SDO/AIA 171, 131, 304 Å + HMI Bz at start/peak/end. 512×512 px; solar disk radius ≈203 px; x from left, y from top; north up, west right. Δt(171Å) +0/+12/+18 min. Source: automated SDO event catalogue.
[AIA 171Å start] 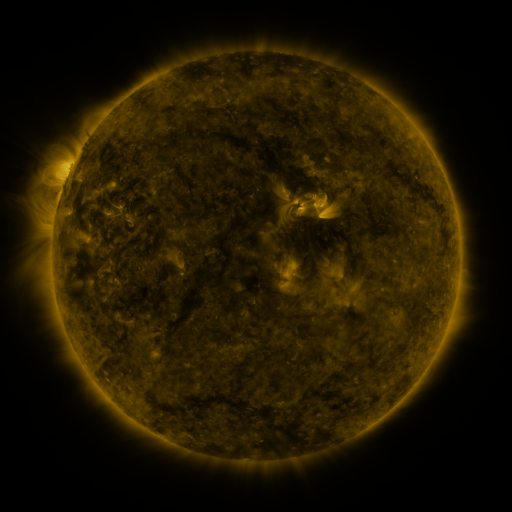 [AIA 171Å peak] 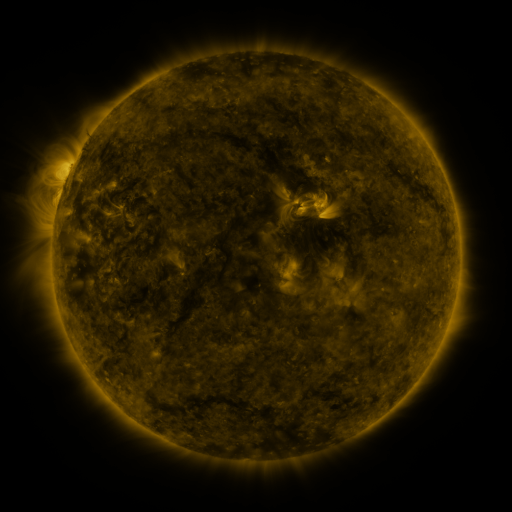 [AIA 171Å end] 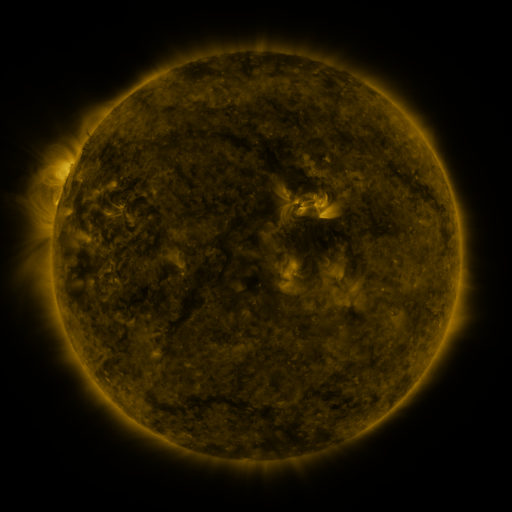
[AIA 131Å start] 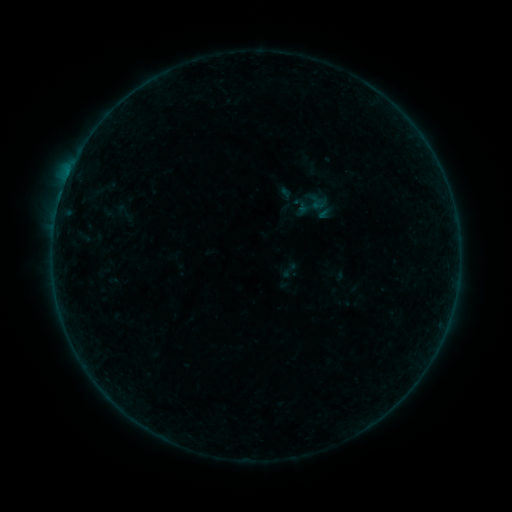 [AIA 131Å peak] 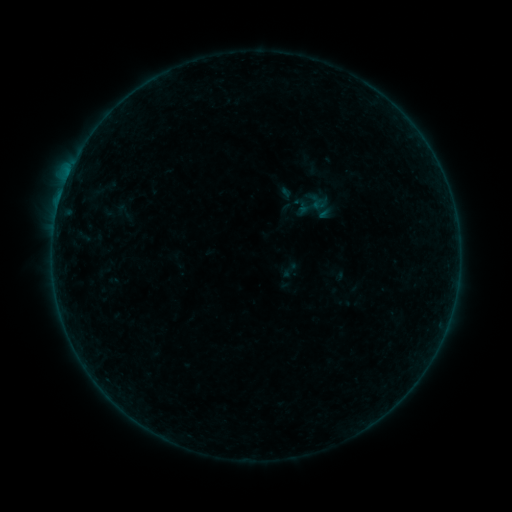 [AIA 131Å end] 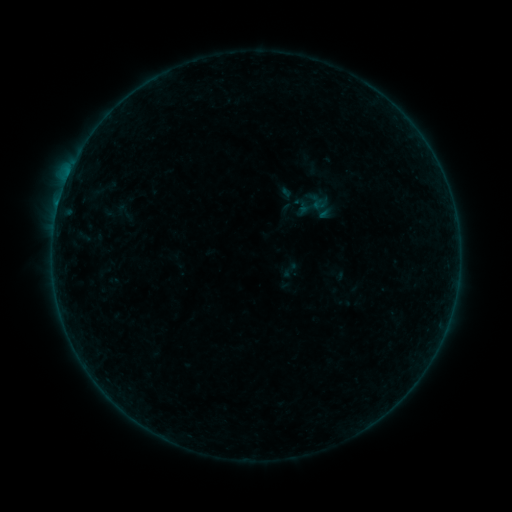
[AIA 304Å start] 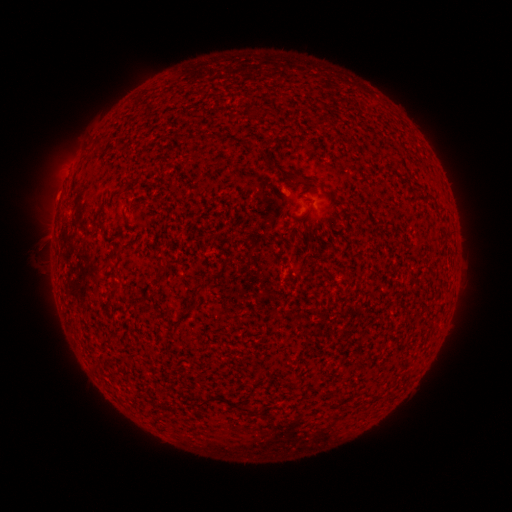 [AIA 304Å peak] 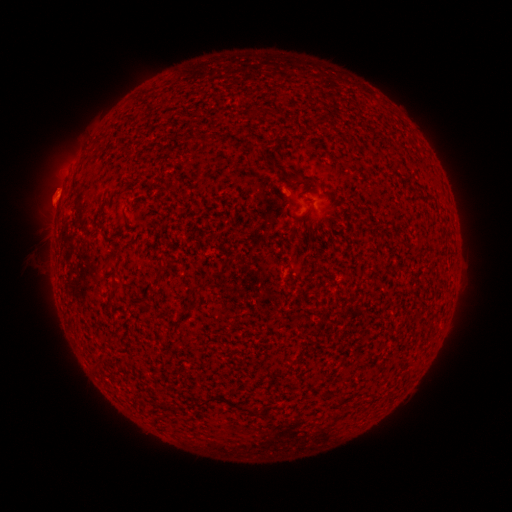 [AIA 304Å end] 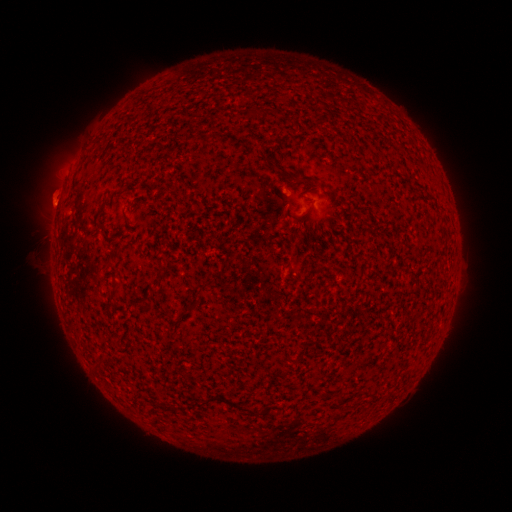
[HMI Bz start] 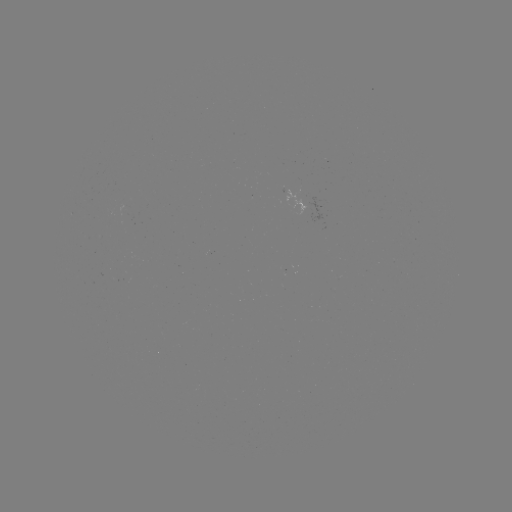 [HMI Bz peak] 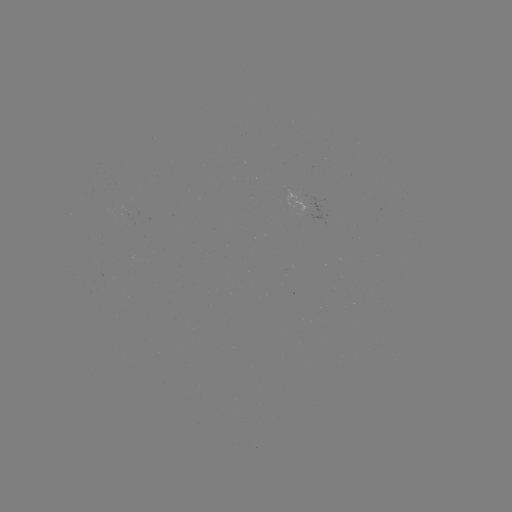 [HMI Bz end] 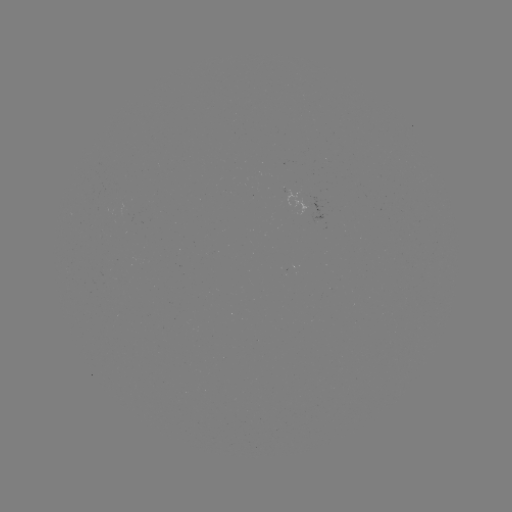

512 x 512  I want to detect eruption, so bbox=[31, 170, 80, 225].